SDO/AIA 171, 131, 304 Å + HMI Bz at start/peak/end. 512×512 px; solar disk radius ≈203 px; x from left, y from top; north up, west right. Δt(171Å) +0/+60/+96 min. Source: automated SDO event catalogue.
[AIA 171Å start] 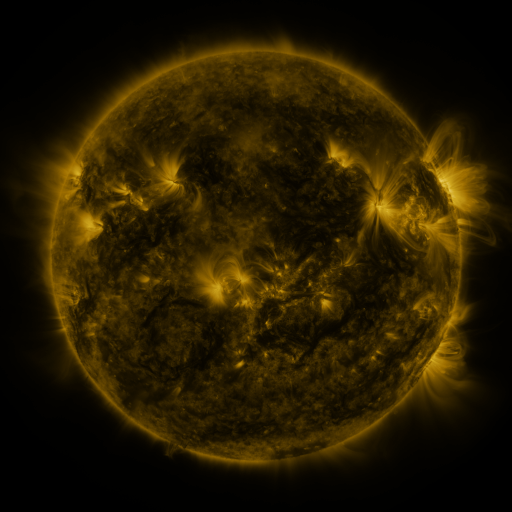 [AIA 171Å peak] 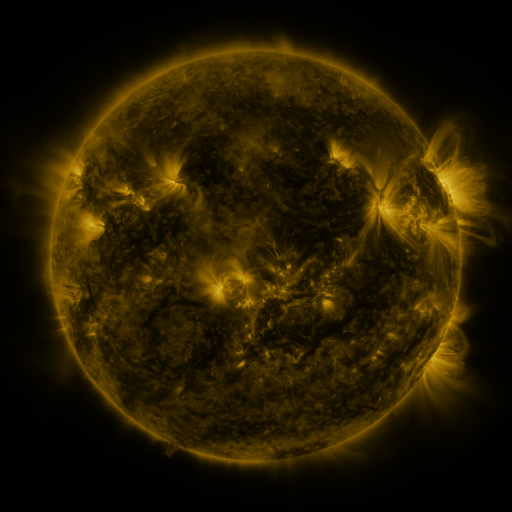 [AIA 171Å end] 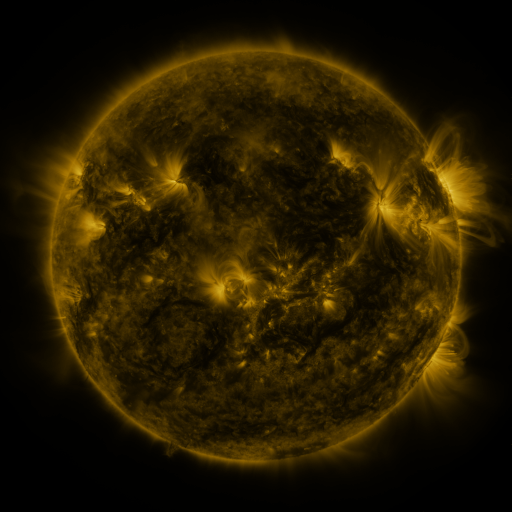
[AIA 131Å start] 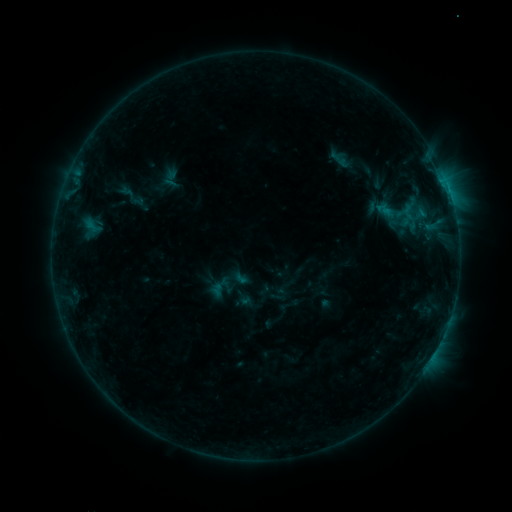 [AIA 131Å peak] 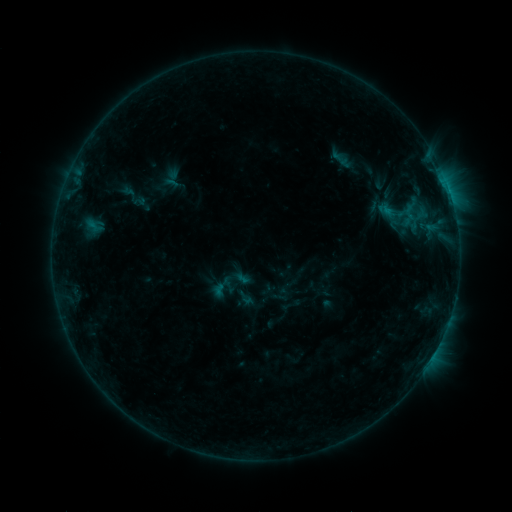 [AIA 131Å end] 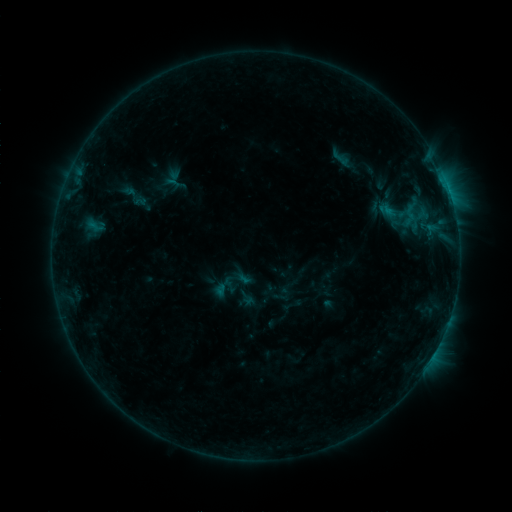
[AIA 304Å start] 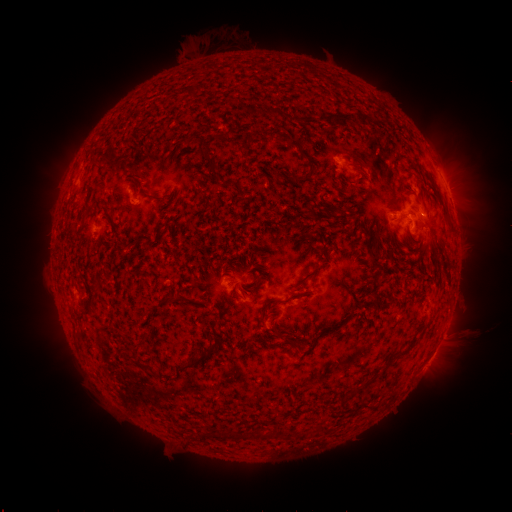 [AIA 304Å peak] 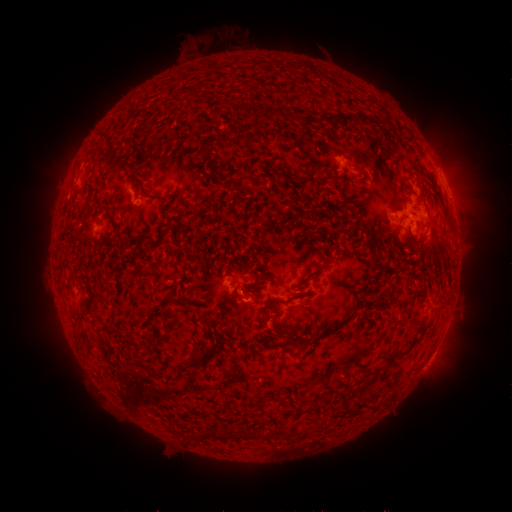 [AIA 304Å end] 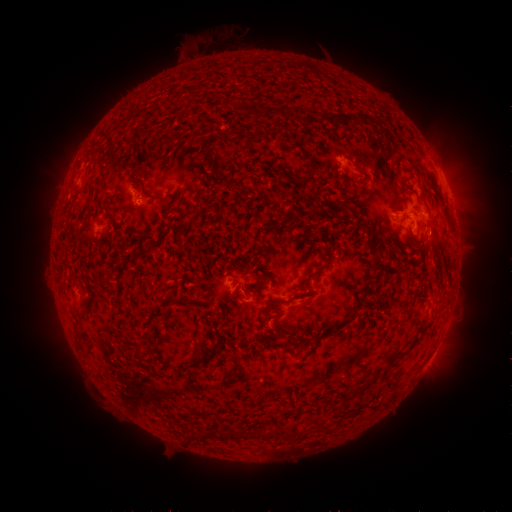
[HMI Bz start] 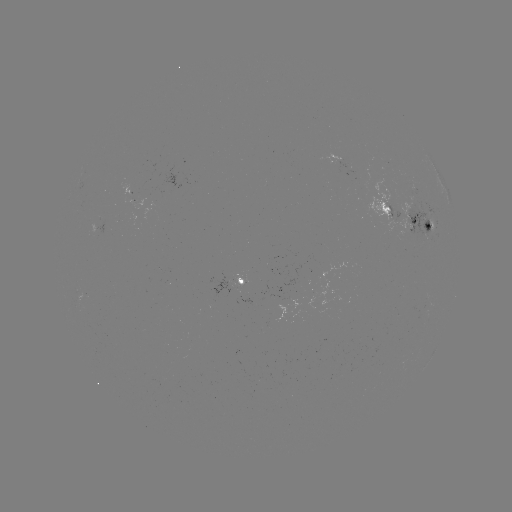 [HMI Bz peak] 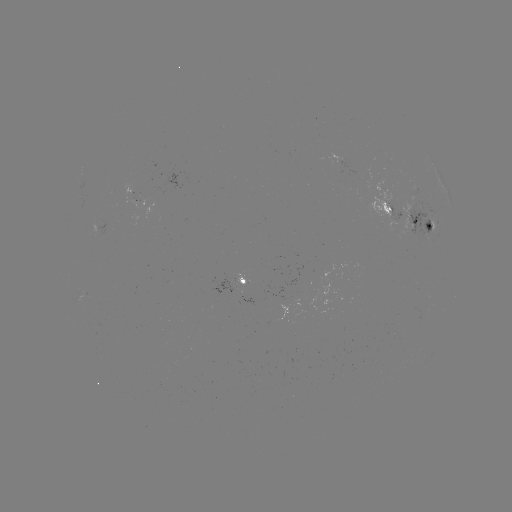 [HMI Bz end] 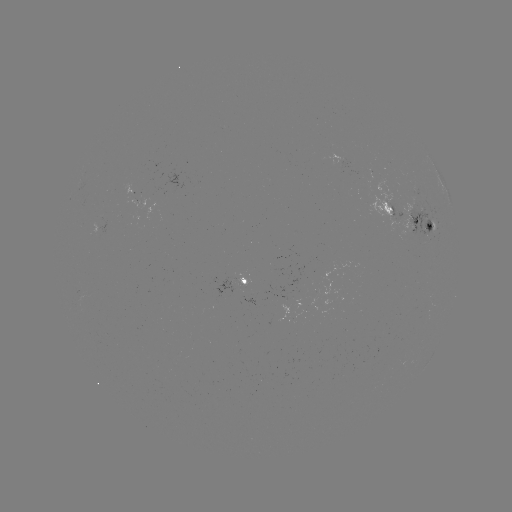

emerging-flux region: (396, 201, 434, 243)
